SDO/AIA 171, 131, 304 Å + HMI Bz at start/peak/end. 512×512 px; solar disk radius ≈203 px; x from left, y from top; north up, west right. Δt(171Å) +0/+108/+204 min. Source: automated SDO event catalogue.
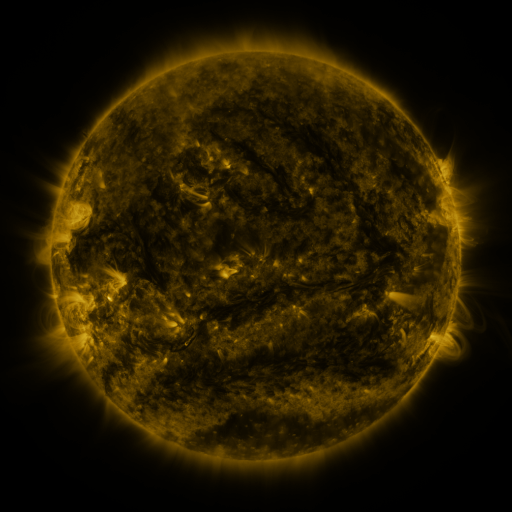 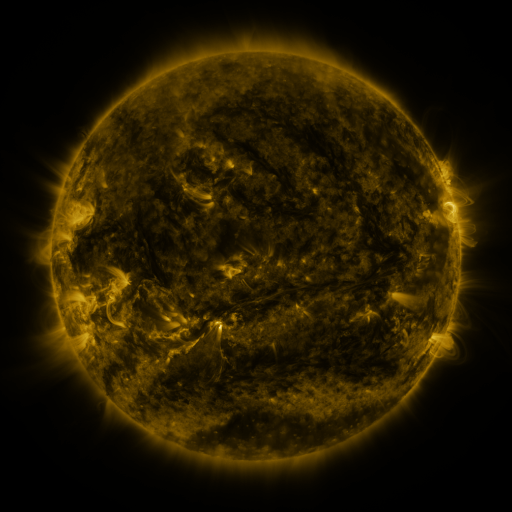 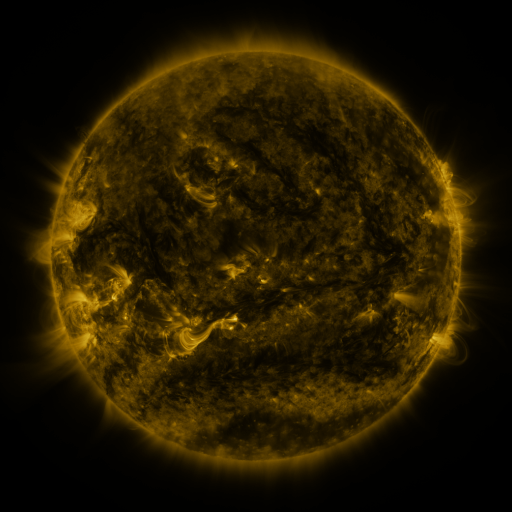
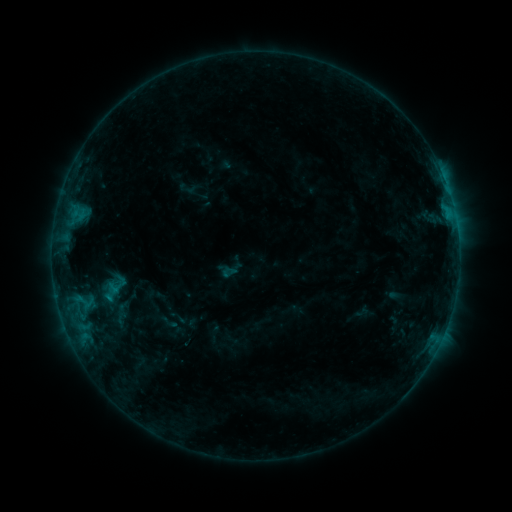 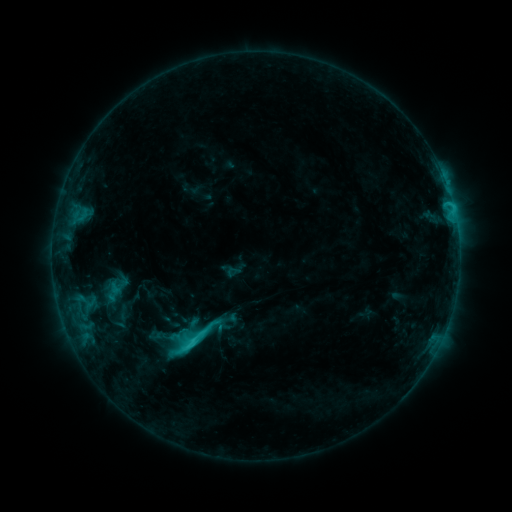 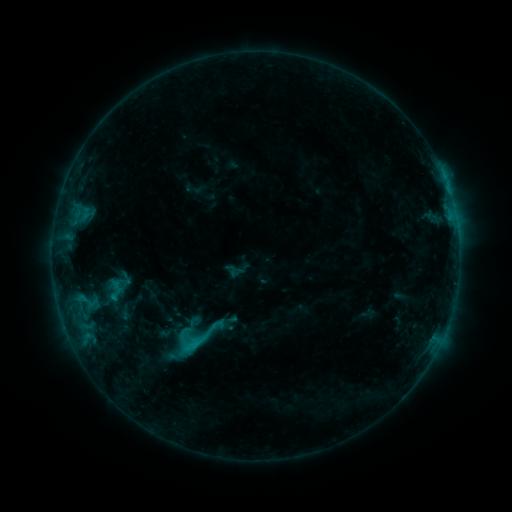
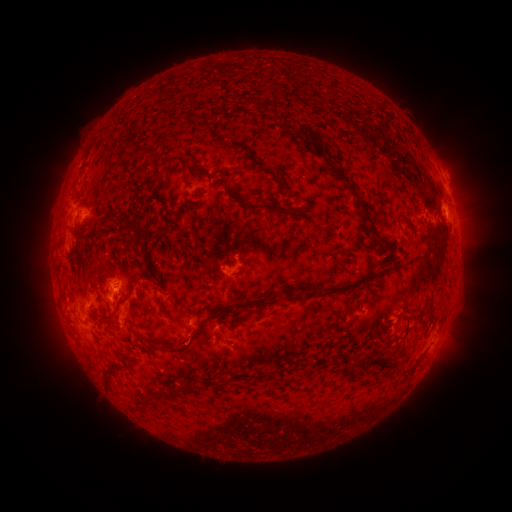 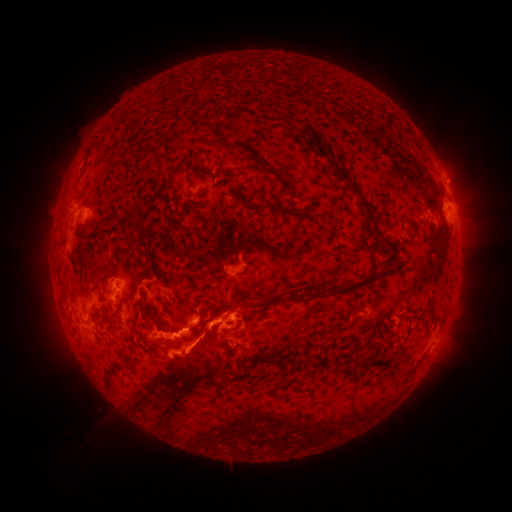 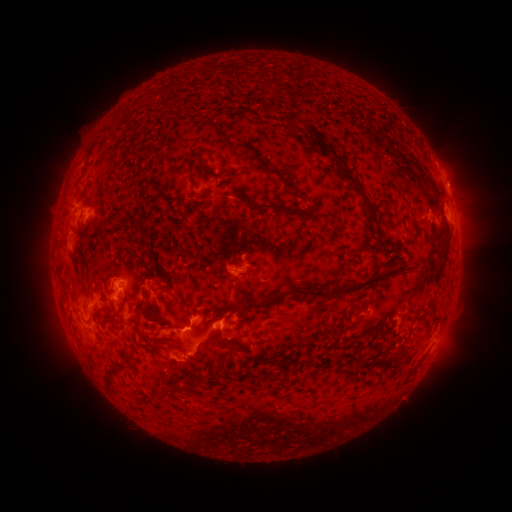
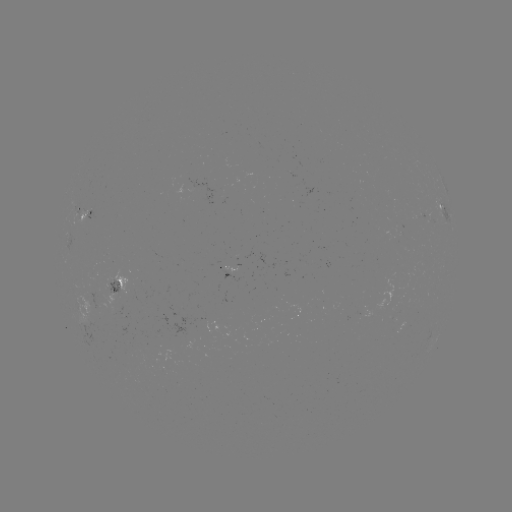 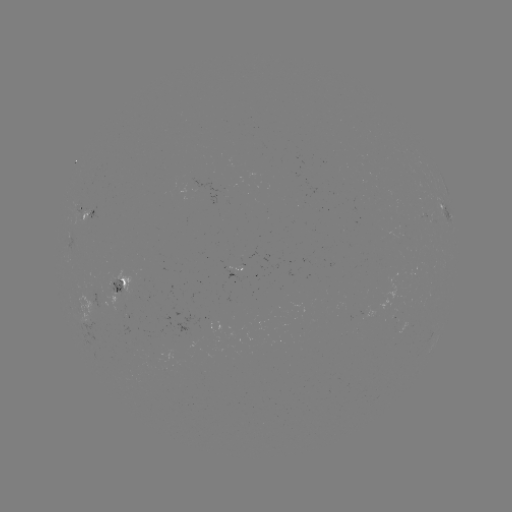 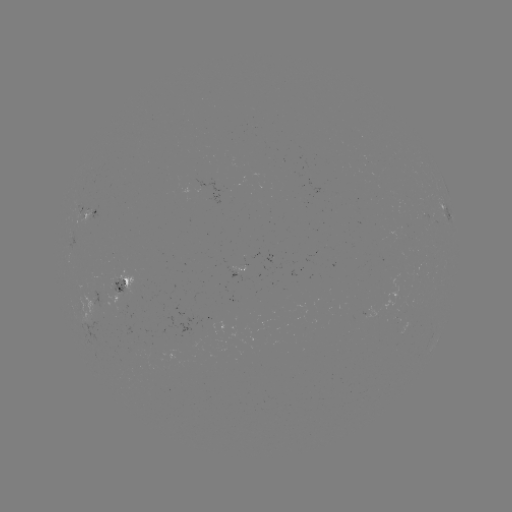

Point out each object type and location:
C3.8 flare: (192, 339)
